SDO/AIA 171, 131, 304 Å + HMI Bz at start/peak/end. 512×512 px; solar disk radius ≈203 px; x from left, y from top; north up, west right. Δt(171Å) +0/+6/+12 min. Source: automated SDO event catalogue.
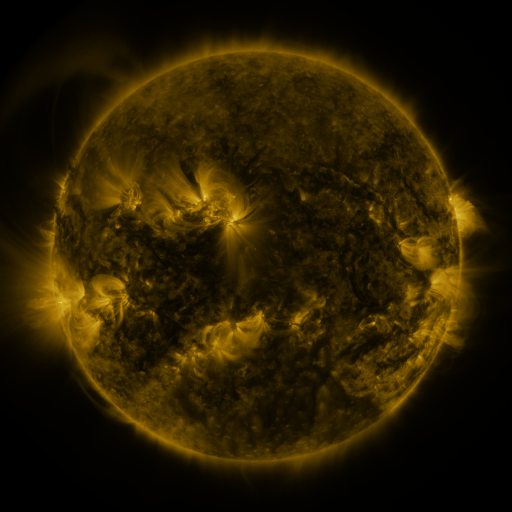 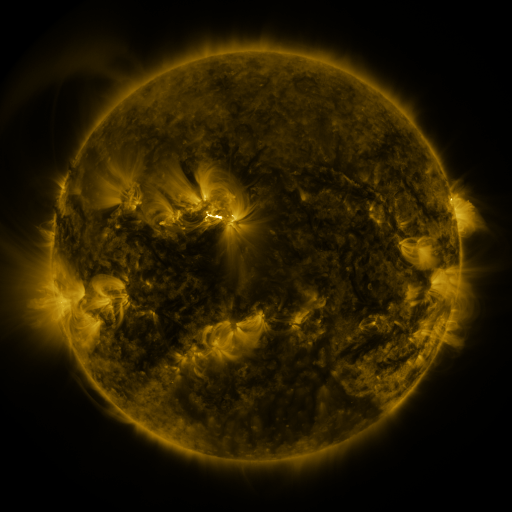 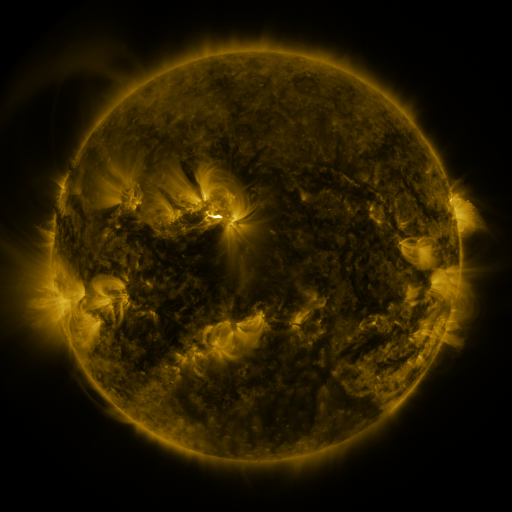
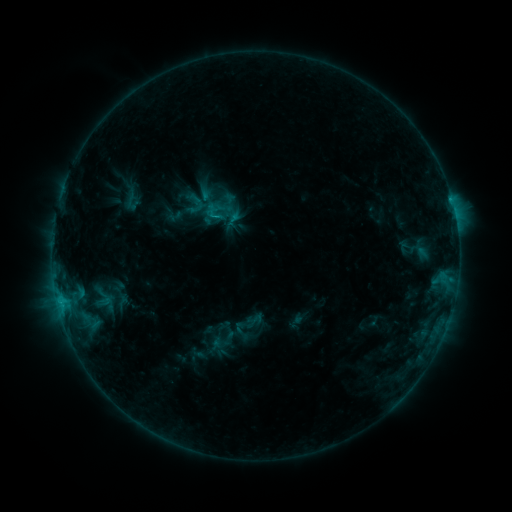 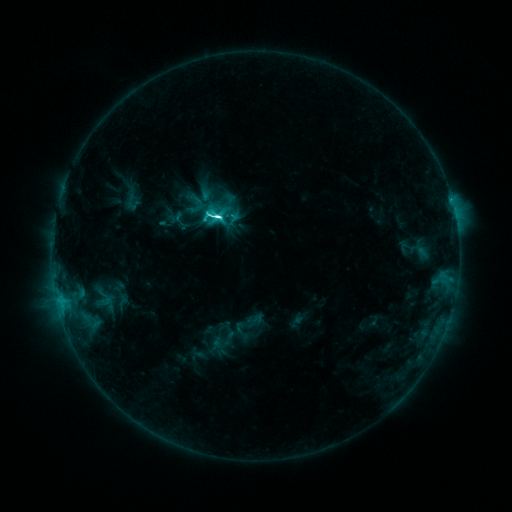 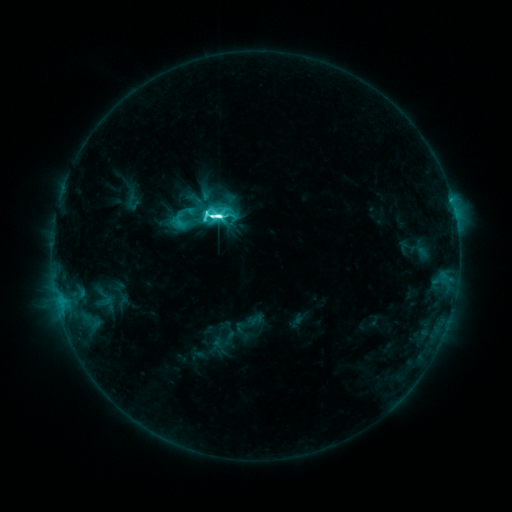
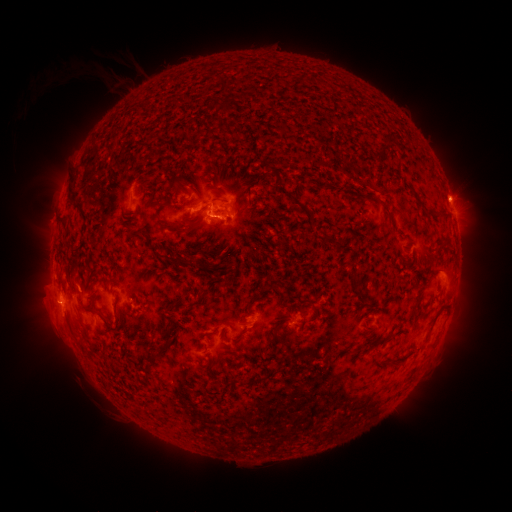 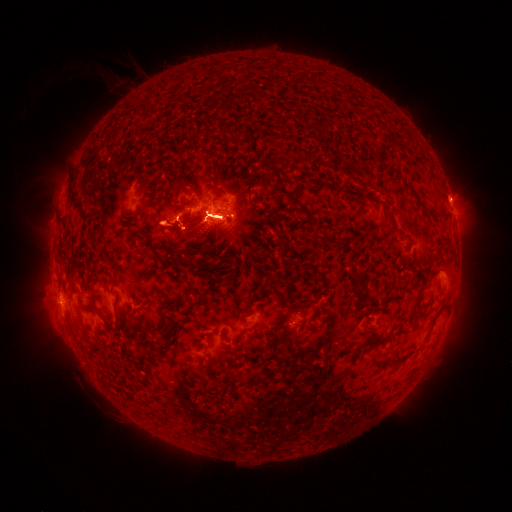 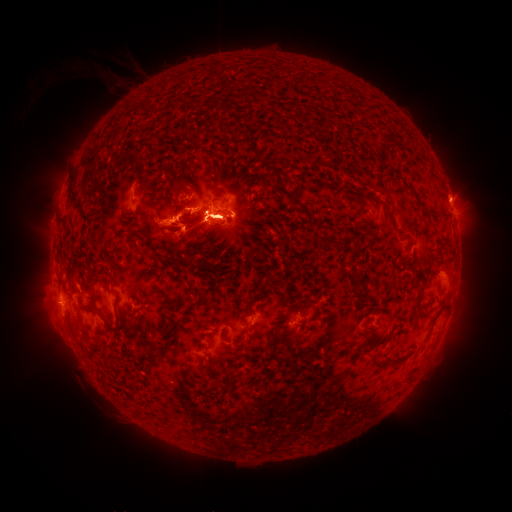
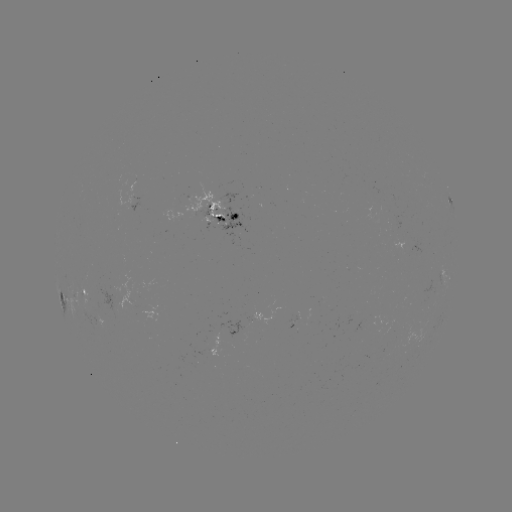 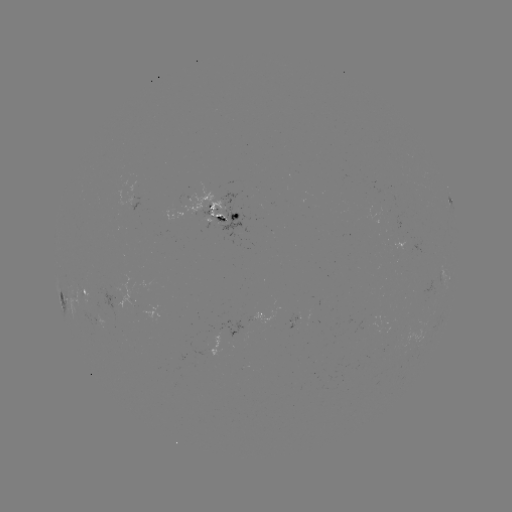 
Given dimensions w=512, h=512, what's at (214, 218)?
M2.3 flare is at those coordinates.